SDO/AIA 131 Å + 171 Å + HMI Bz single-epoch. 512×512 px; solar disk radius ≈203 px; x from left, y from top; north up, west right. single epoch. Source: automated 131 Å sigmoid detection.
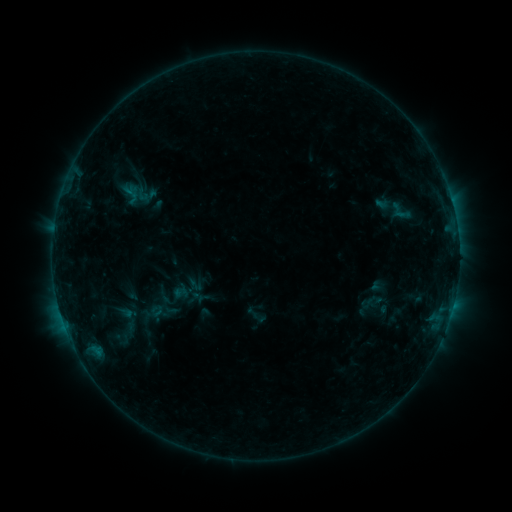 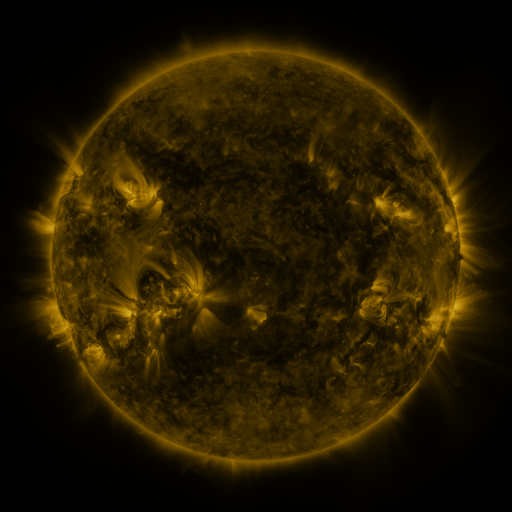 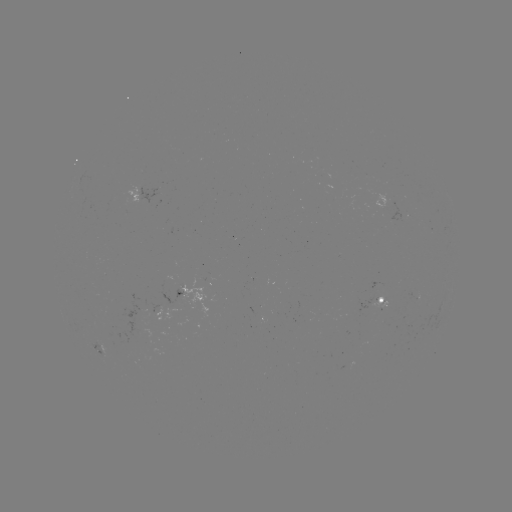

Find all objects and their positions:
sigmoid: (122, 185, 140, 204)
